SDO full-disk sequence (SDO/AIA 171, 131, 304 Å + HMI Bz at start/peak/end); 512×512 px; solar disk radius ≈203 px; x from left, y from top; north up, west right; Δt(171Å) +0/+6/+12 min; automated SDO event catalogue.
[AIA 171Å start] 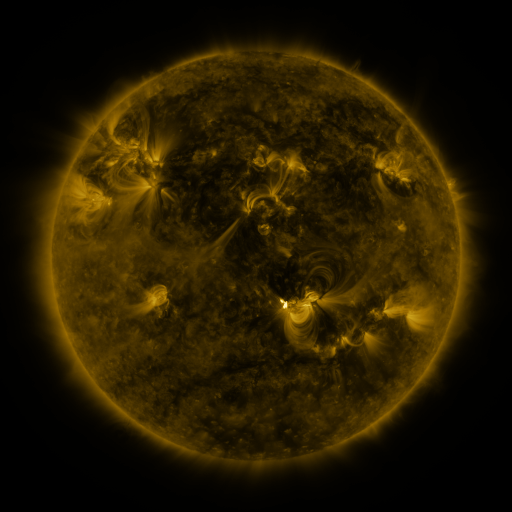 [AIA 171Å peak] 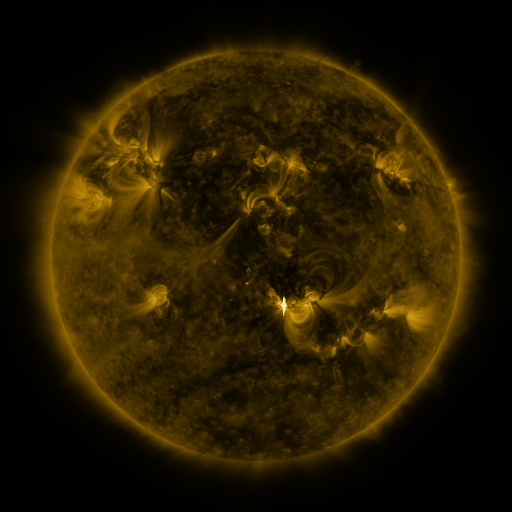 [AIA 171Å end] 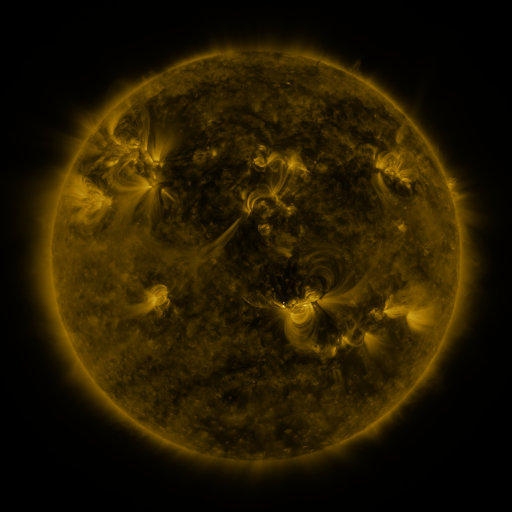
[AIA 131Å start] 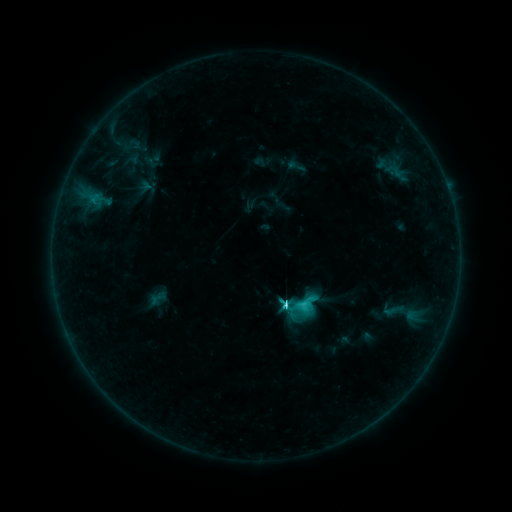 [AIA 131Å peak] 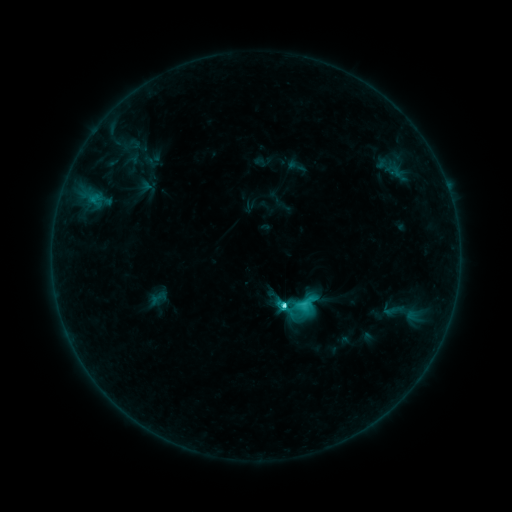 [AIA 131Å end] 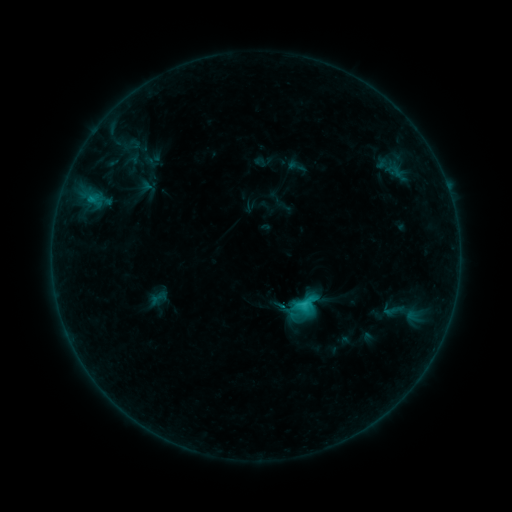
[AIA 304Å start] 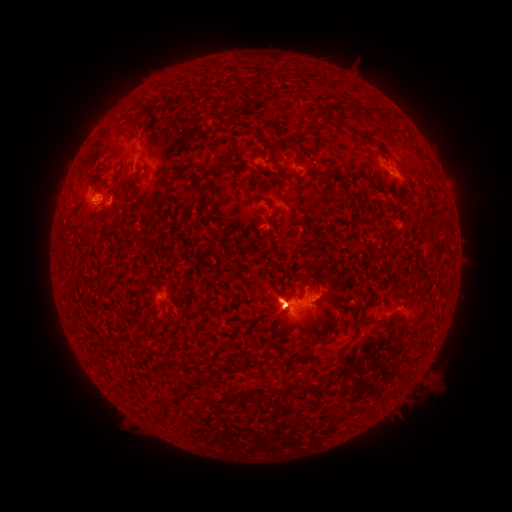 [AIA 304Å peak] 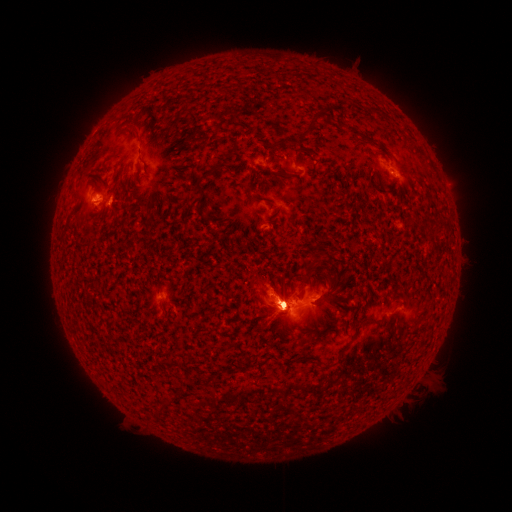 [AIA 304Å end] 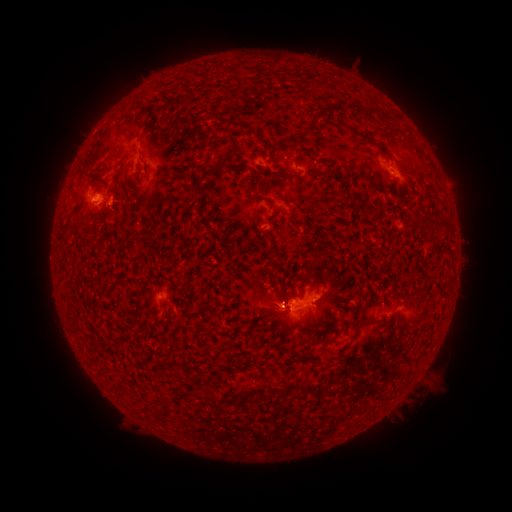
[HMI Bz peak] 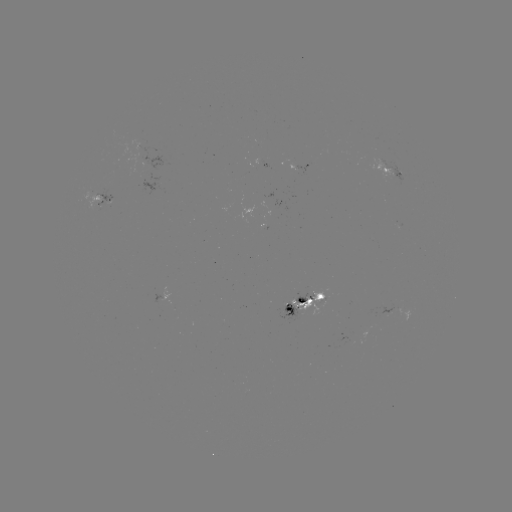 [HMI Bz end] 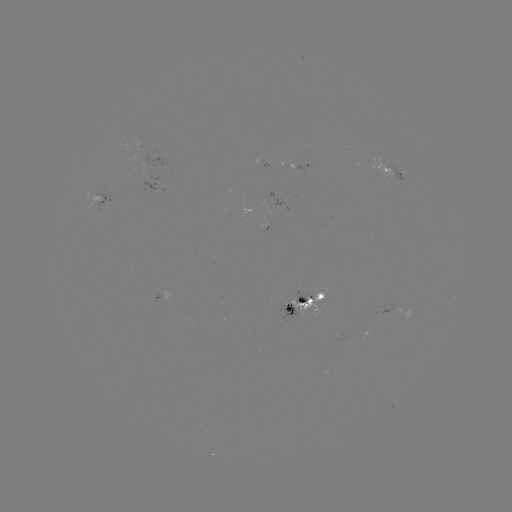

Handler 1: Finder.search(eruption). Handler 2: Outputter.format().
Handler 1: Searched eruption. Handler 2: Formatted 414,135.